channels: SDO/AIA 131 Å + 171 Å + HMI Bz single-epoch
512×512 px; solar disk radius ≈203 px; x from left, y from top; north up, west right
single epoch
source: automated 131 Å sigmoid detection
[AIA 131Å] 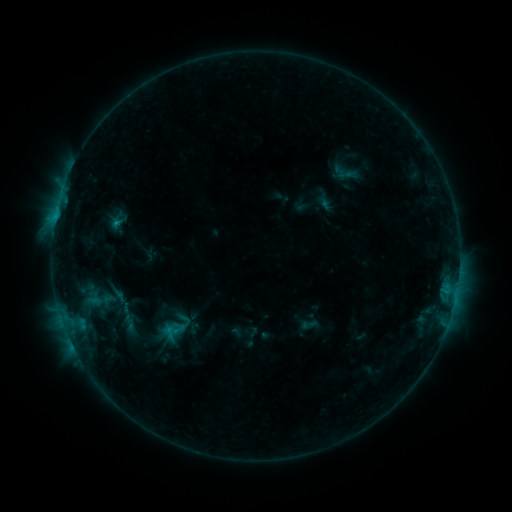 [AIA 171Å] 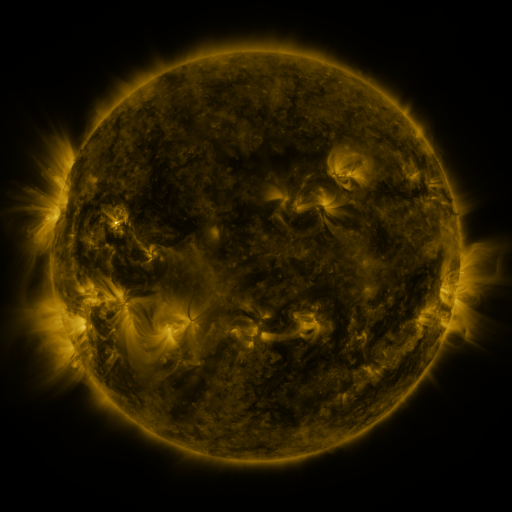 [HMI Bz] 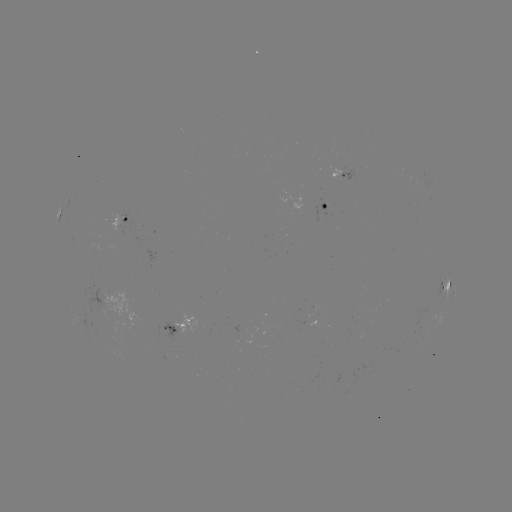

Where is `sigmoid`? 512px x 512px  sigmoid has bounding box [117, 312, 141, 333].